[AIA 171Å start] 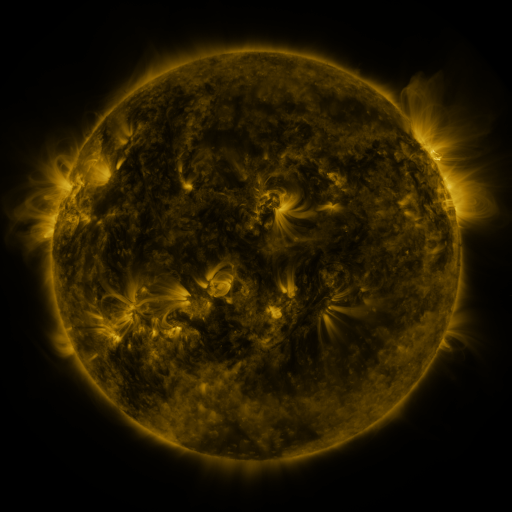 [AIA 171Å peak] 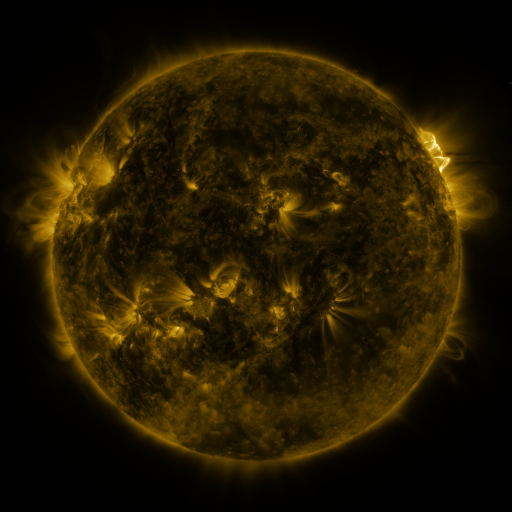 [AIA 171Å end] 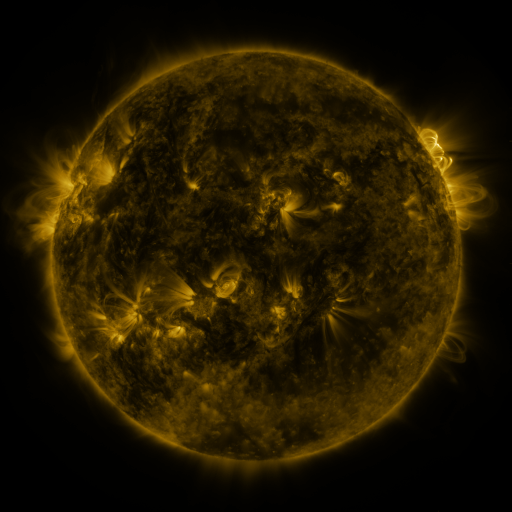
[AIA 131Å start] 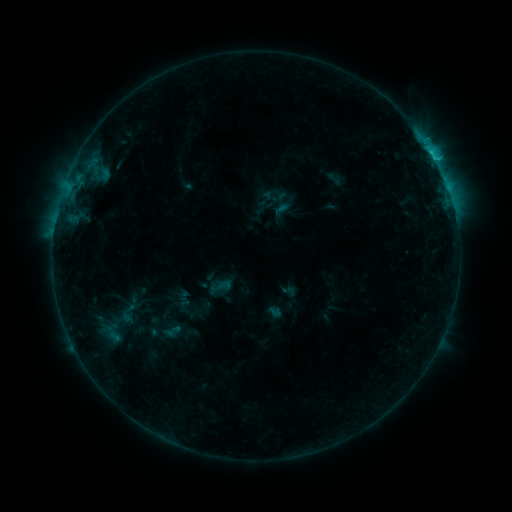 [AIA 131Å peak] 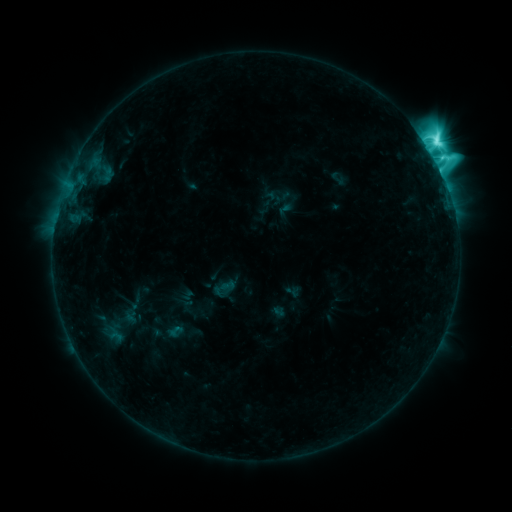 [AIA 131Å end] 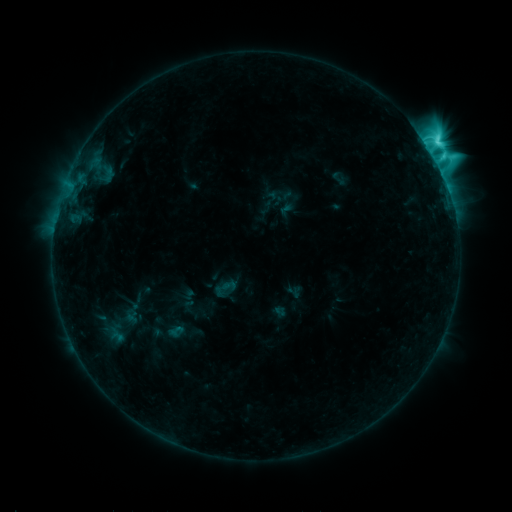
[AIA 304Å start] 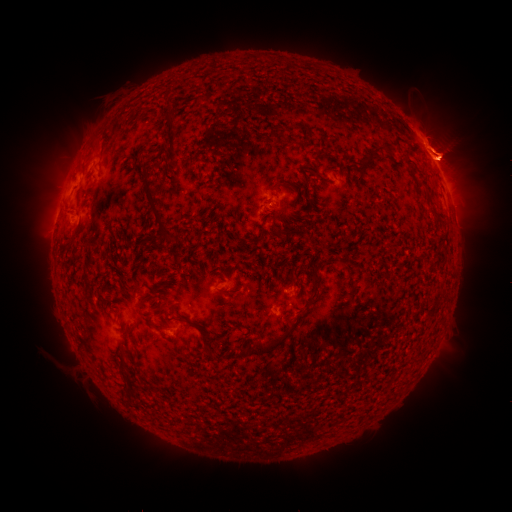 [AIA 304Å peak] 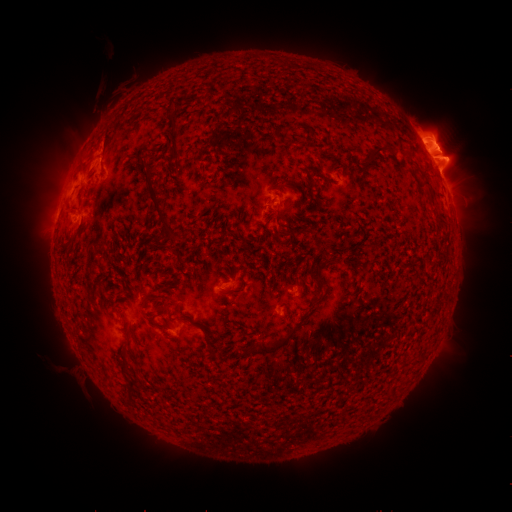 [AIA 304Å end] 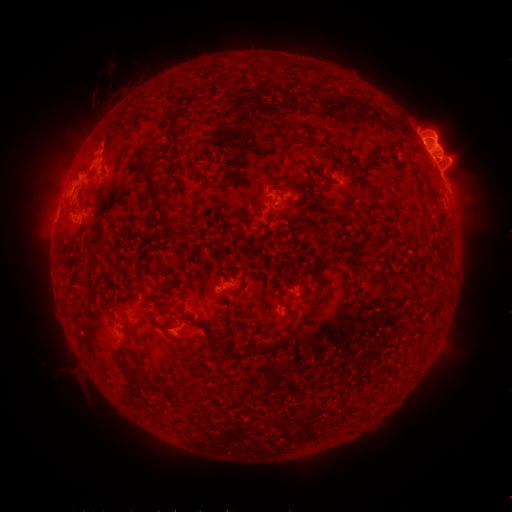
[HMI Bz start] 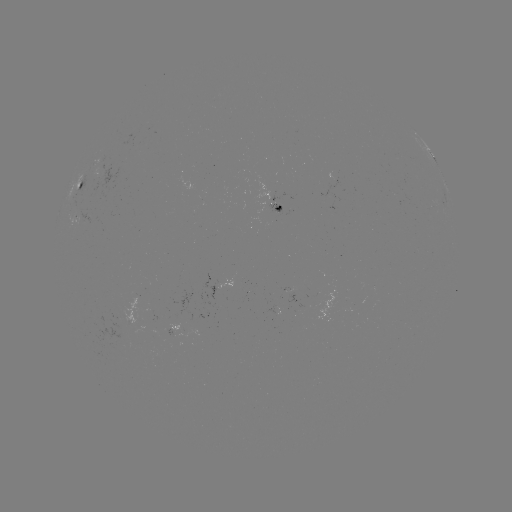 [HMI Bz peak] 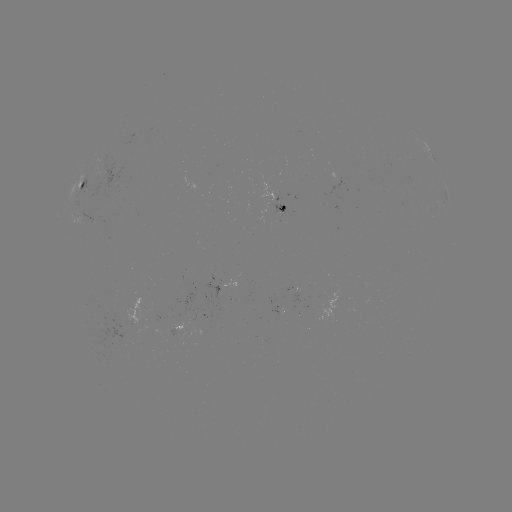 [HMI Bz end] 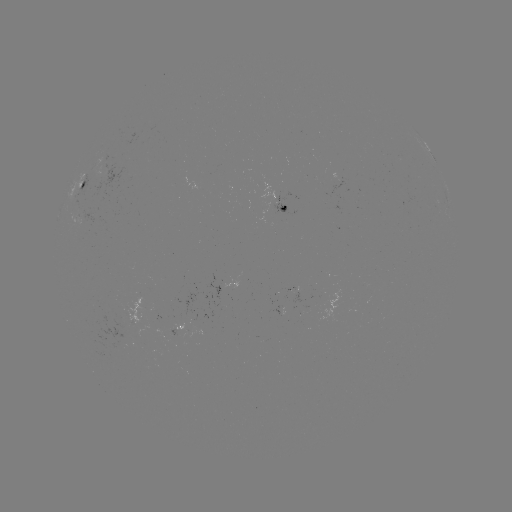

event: emerging-flux region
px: (220, 307)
